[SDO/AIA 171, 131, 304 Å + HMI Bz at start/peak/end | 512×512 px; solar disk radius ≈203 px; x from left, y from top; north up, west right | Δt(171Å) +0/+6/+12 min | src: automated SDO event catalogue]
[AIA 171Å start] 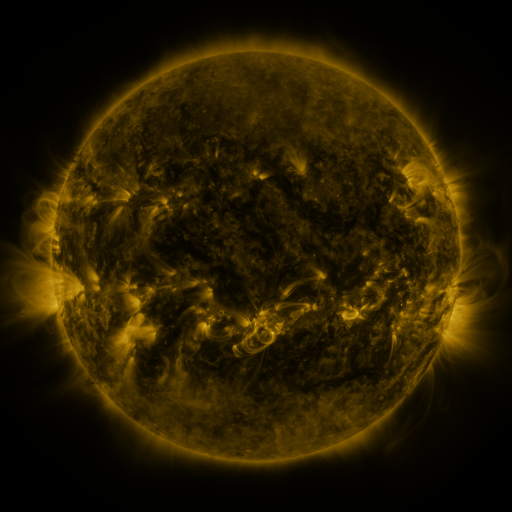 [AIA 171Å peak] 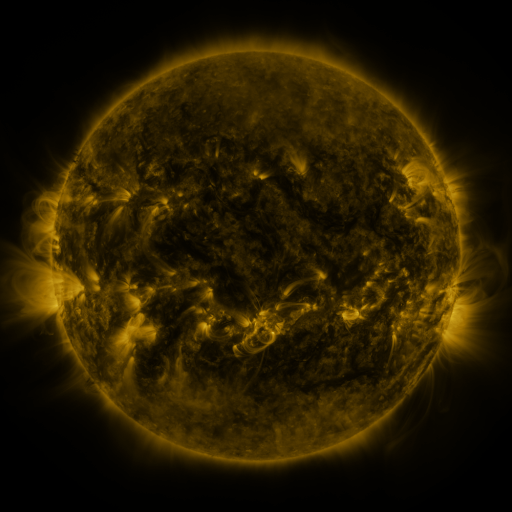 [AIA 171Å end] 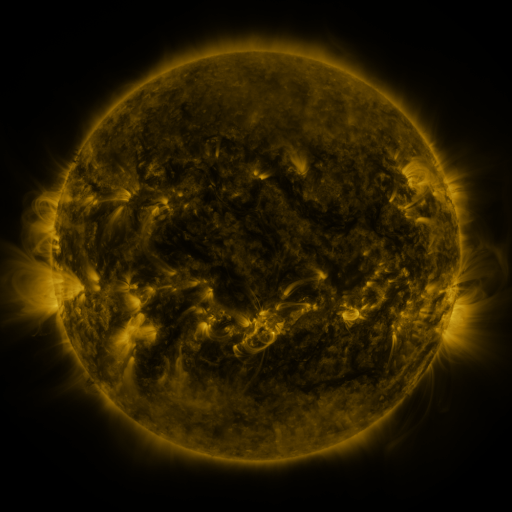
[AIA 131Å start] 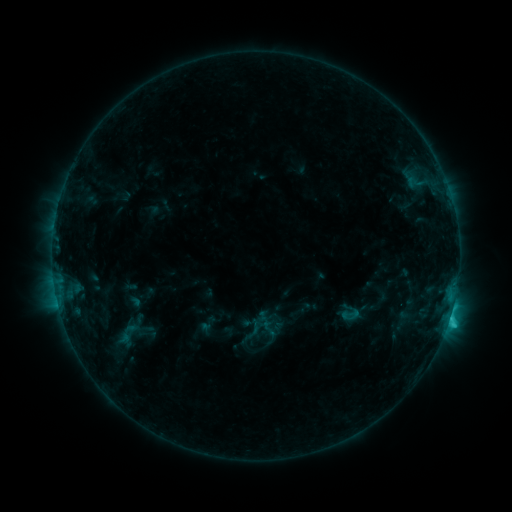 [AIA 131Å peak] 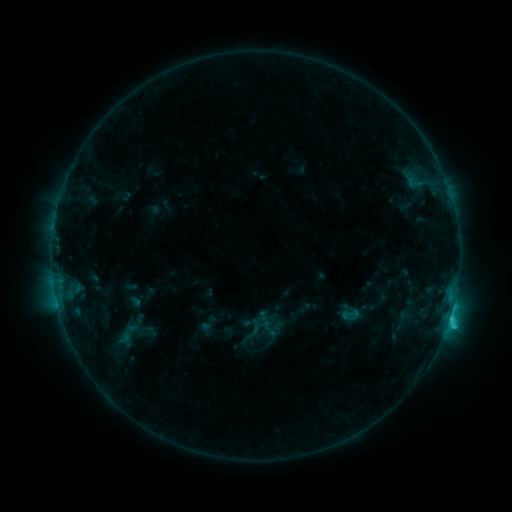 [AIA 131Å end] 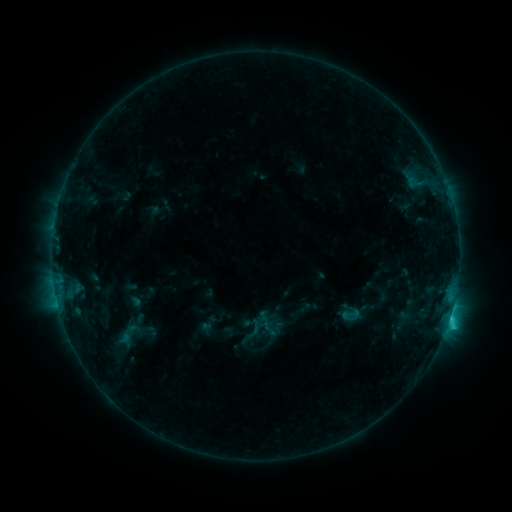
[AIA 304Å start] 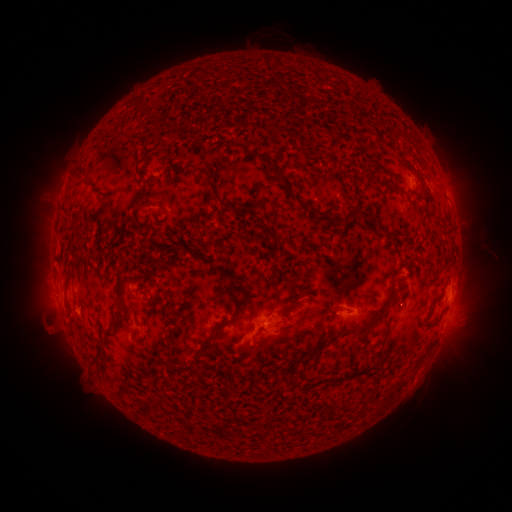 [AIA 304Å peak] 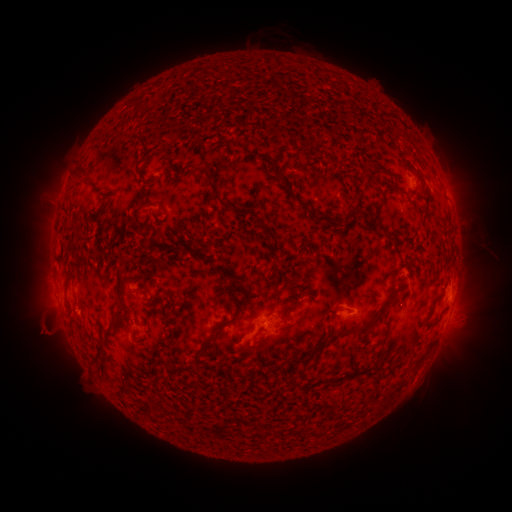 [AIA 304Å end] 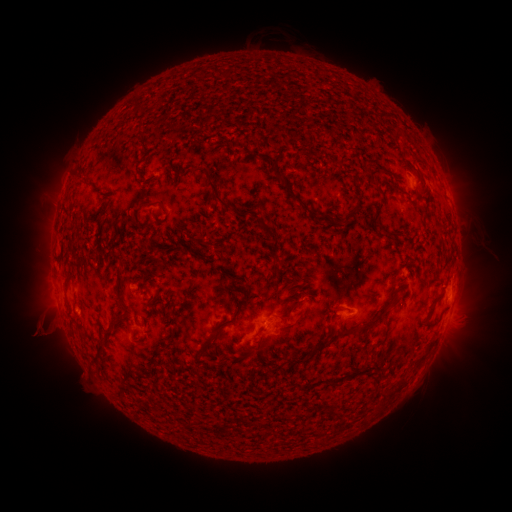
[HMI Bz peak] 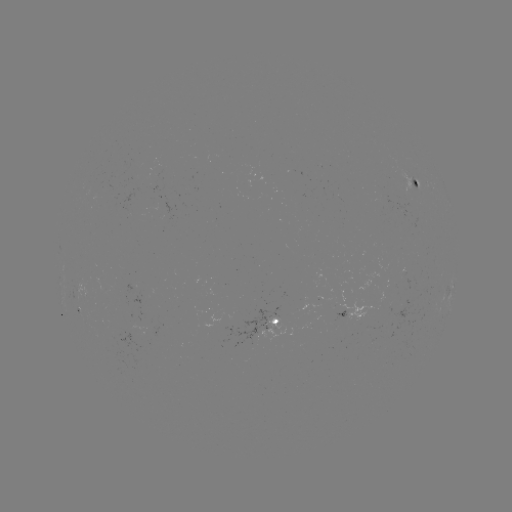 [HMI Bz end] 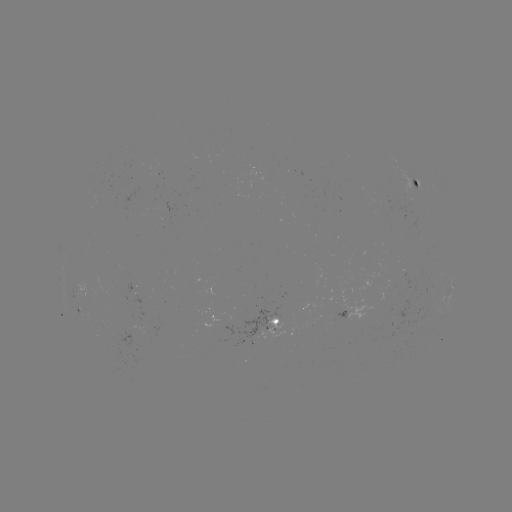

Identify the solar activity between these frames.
eruption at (45, 332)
